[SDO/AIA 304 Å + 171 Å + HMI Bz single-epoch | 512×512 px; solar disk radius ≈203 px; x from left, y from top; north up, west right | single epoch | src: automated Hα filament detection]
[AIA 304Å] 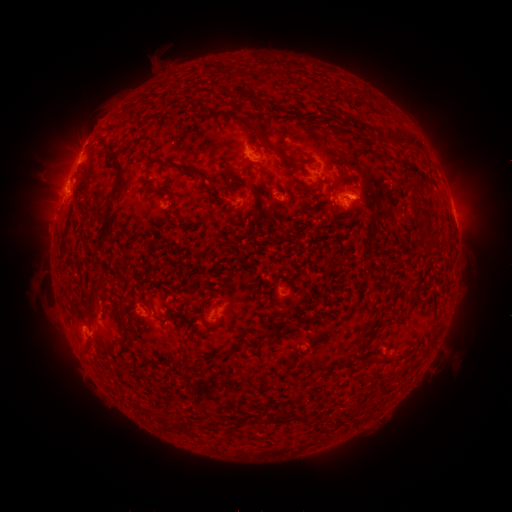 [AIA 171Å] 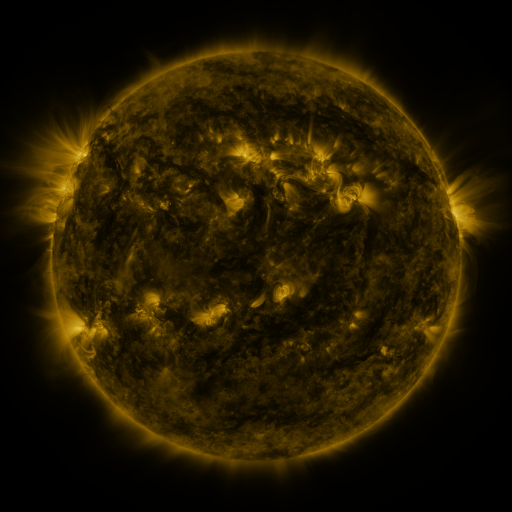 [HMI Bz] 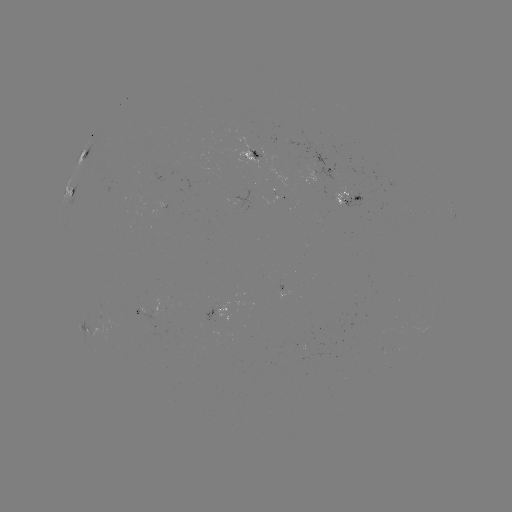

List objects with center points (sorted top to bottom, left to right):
filament: [237, 89, 271, 106]
filament: [254, 125, 278, 153]
filament: [102, 156, 127, 226]
filament: [164, 158, 198, 177]
filament: [236, 178, 247, 186]
filament: [408, 179, 419, 191]
filament: [420, 206, 431, 223]
filament: [425, 242, 444, 252]
filament: [83, 301, 96, 315]
filament: [156, 316, 168, 322]
filament: [383, 317, 393, 326]
filament: [357, 360, 367, 369]
filament: [272, 415, 281, 424]
